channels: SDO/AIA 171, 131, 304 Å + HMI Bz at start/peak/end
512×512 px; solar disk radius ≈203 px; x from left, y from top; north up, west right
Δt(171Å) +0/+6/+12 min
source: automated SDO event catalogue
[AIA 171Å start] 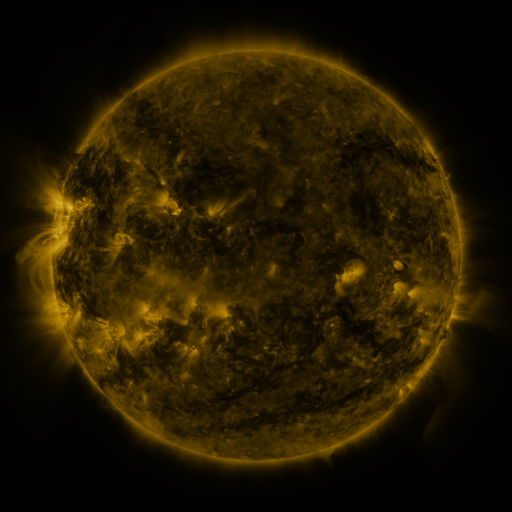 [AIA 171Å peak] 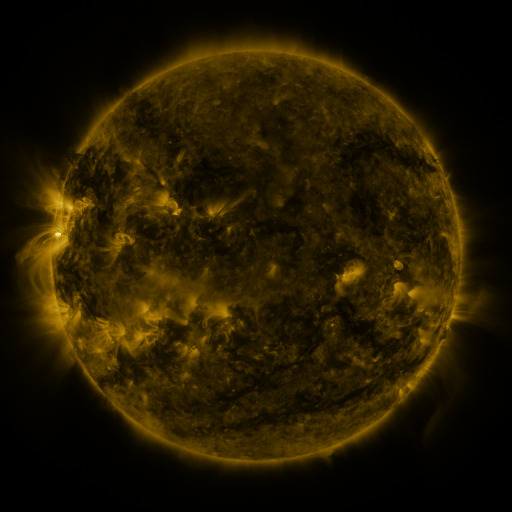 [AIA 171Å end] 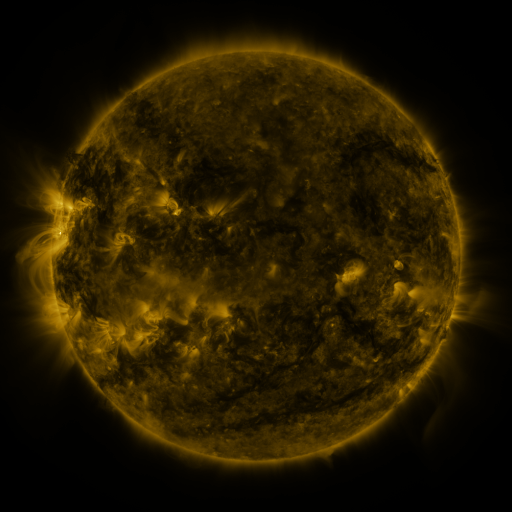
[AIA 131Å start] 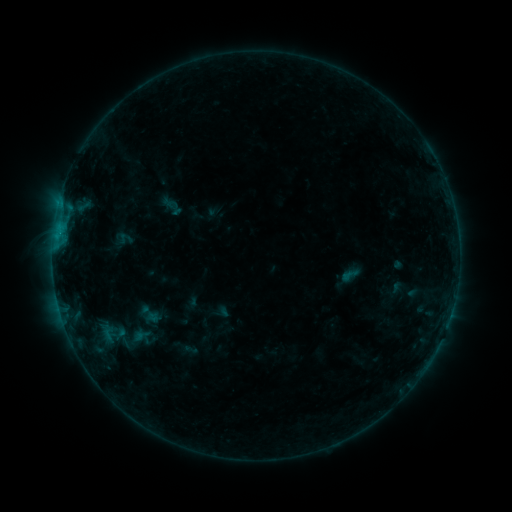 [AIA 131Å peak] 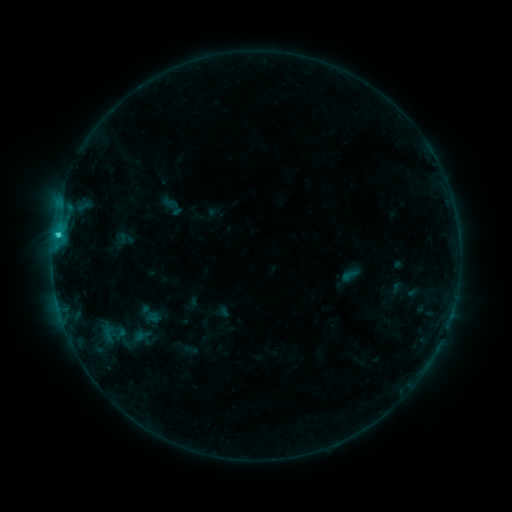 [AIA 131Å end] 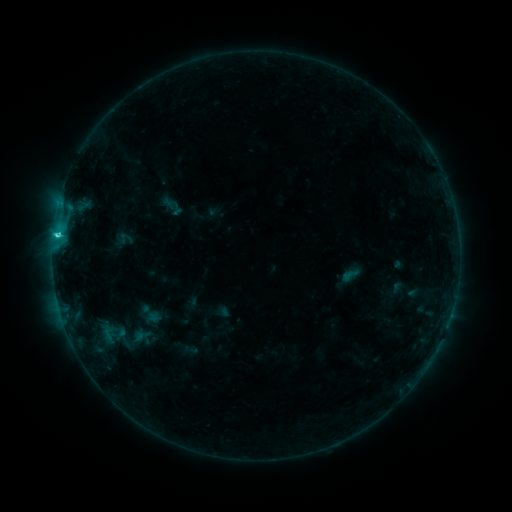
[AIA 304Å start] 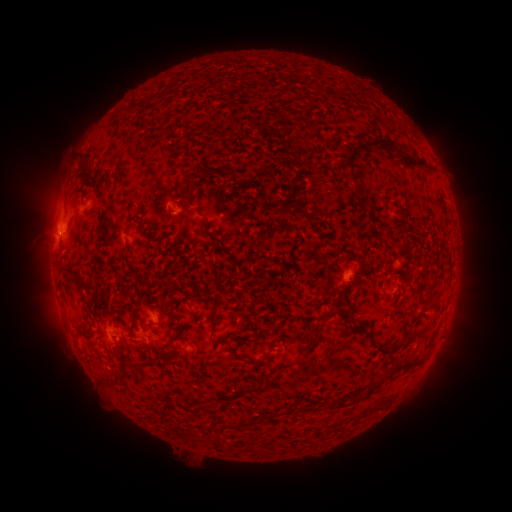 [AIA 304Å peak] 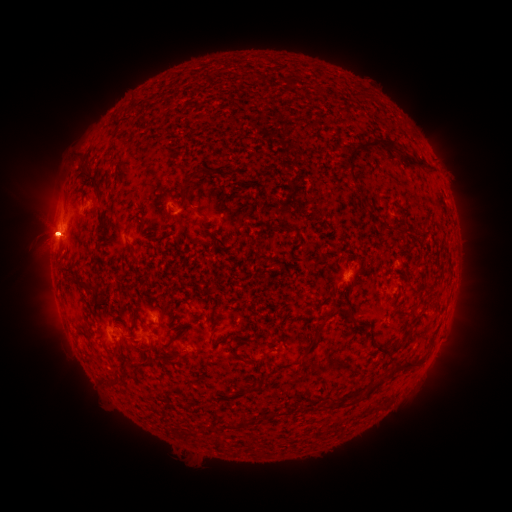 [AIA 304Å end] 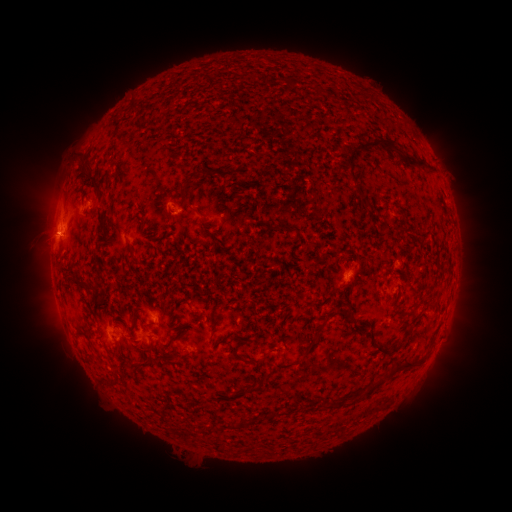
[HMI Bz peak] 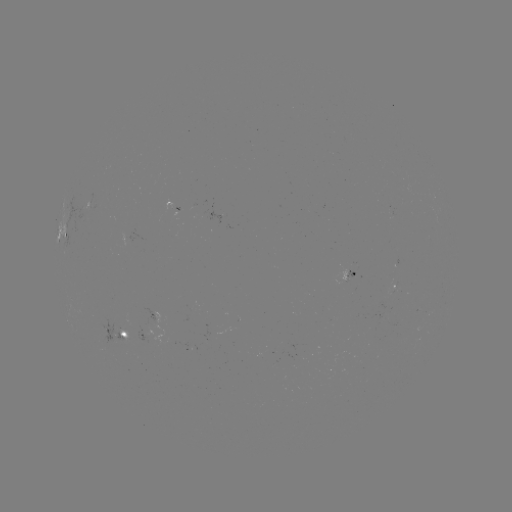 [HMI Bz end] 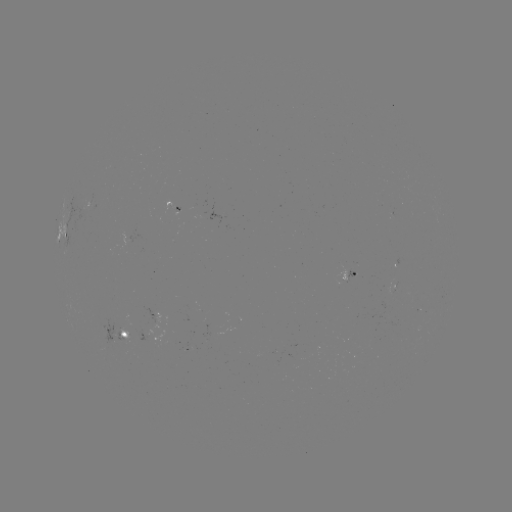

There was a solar flare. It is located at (58, 236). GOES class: C2.1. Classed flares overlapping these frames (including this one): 1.